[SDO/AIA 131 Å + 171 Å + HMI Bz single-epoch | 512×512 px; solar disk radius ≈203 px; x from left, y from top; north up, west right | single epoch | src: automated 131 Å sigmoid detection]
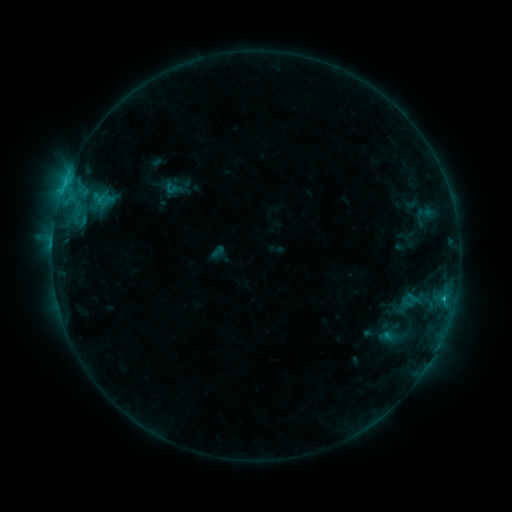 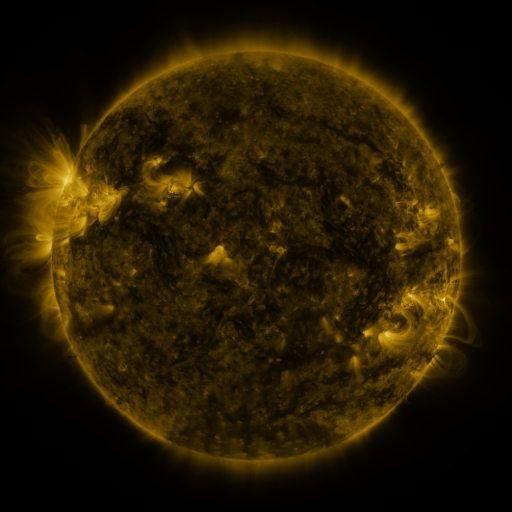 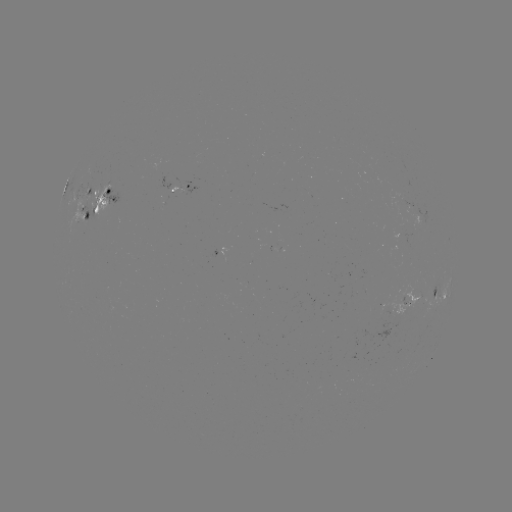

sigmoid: [162, 179, 182, 199]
